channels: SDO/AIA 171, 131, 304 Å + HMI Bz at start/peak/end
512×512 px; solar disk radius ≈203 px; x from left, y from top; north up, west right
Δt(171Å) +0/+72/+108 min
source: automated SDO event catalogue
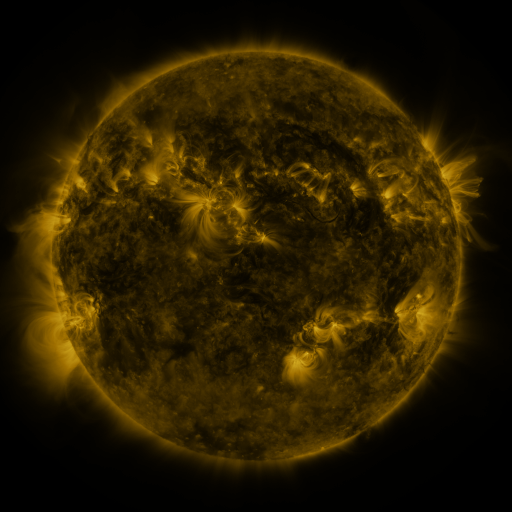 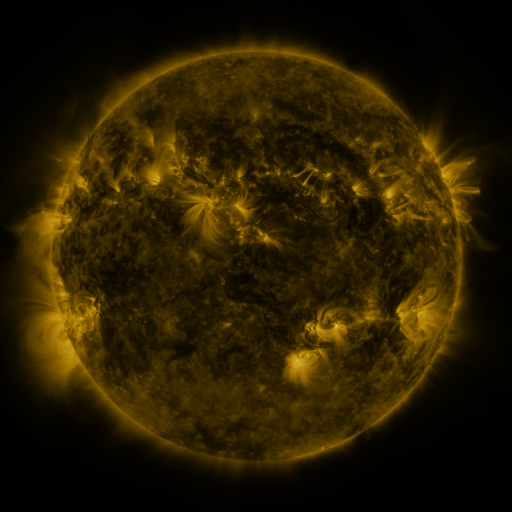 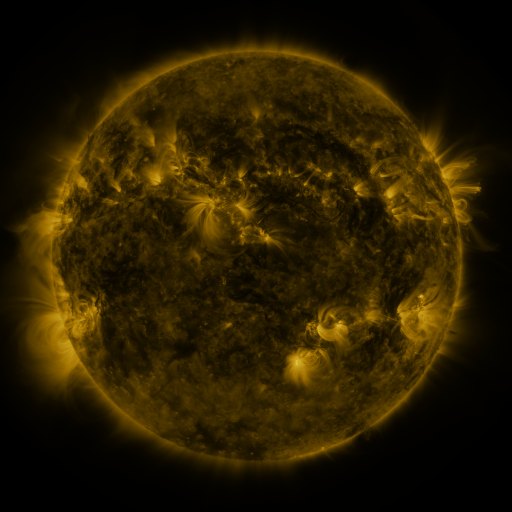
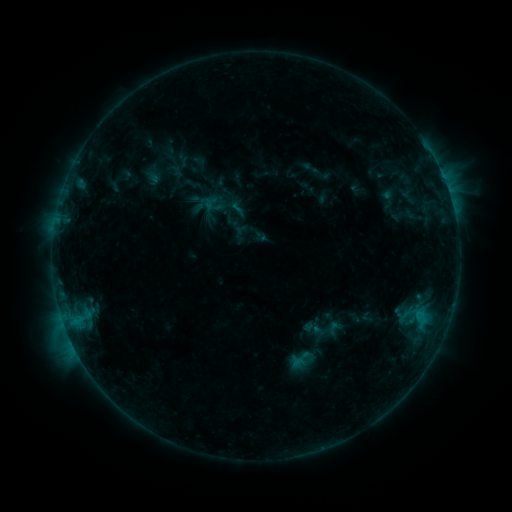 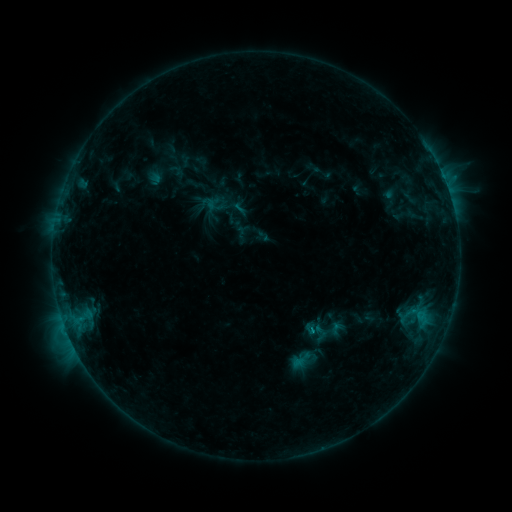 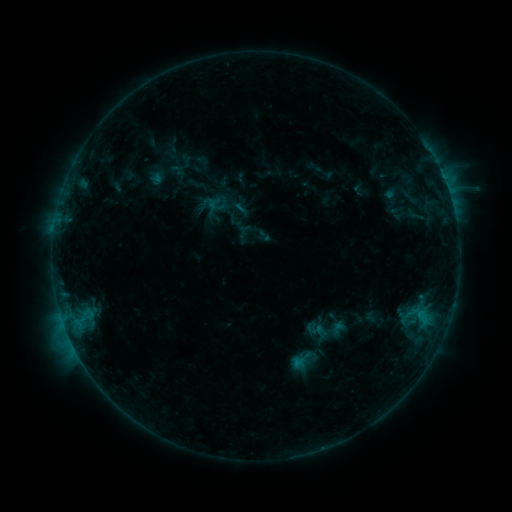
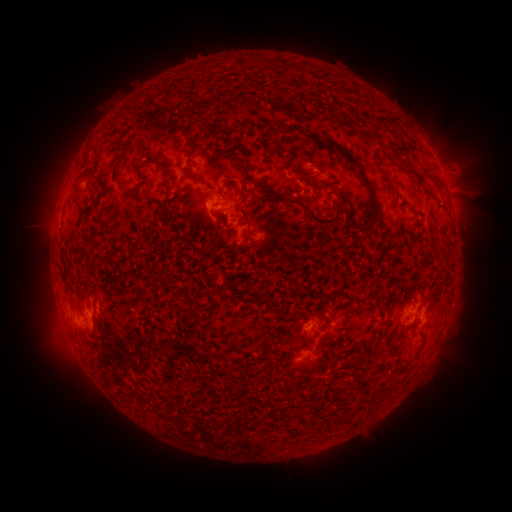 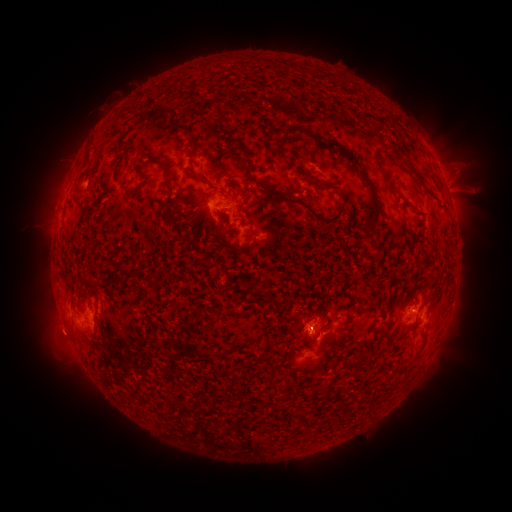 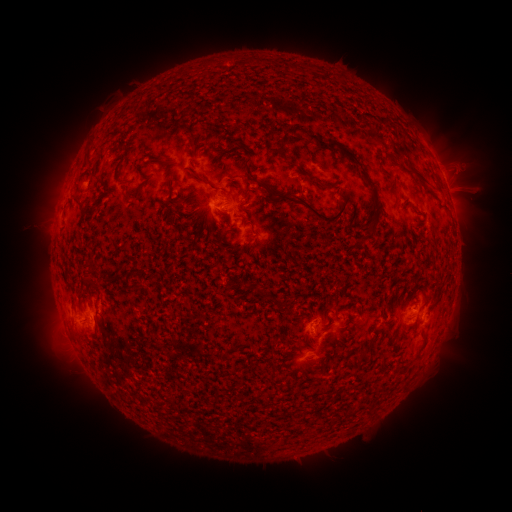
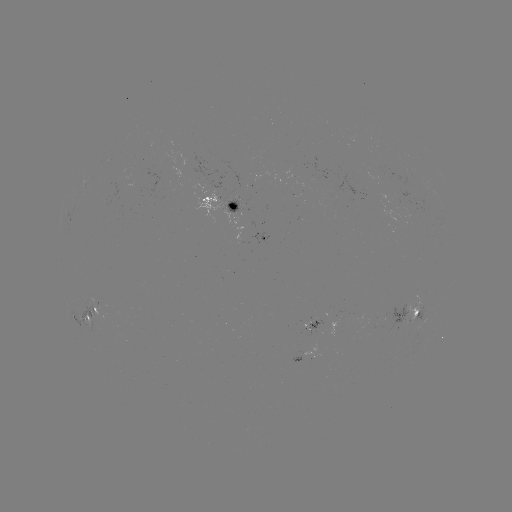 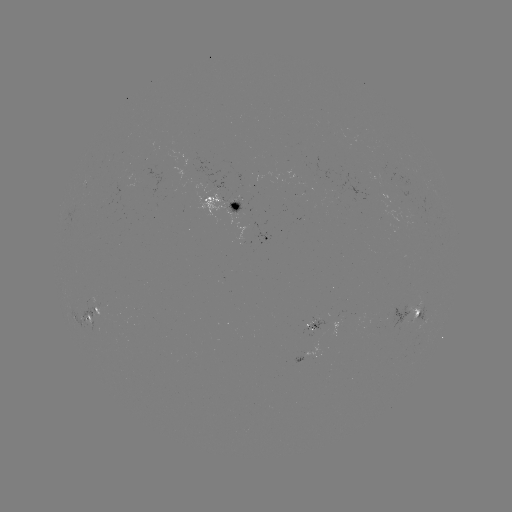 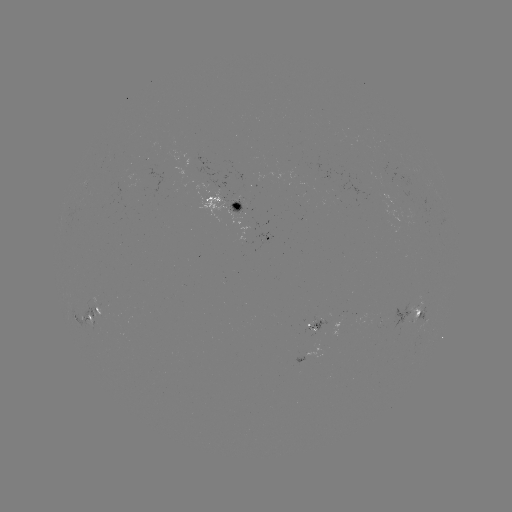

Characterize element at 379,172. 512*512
emerging-flux region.